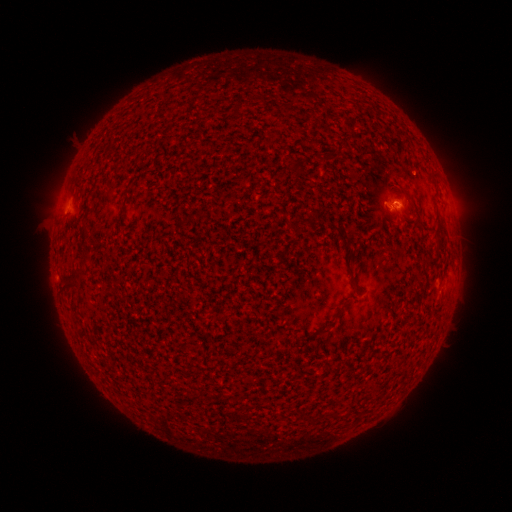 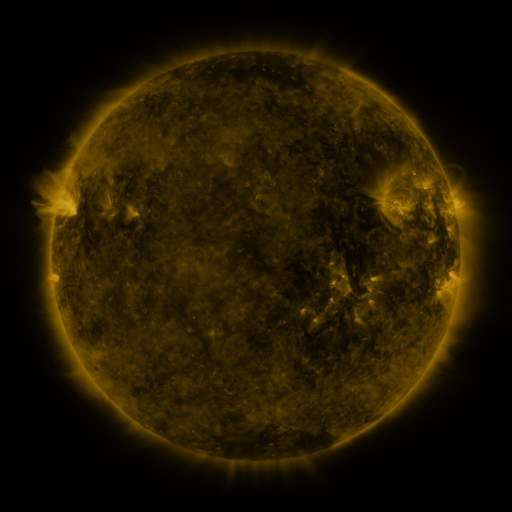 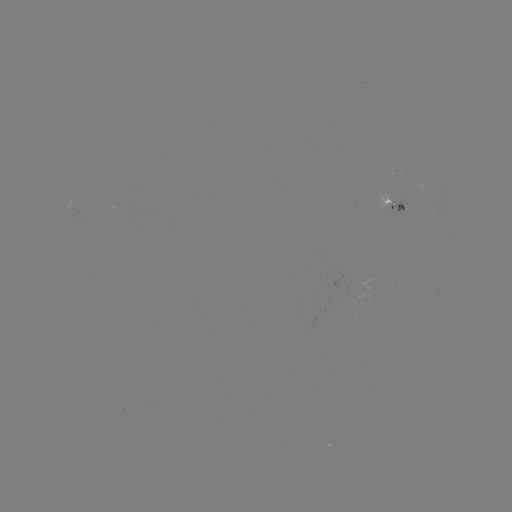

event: spotted active region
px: (395, 203)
